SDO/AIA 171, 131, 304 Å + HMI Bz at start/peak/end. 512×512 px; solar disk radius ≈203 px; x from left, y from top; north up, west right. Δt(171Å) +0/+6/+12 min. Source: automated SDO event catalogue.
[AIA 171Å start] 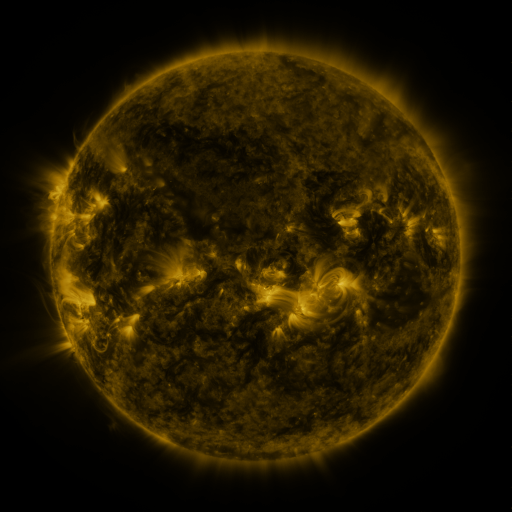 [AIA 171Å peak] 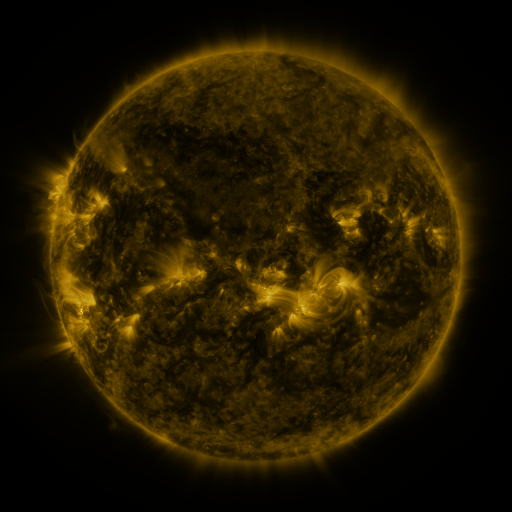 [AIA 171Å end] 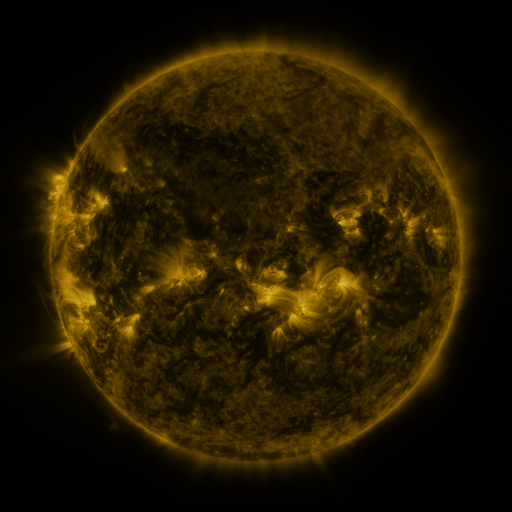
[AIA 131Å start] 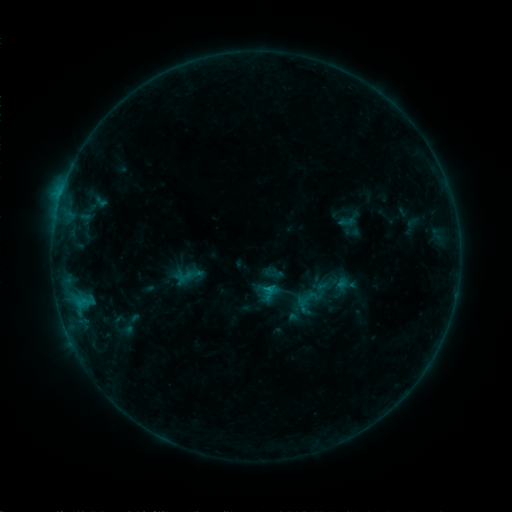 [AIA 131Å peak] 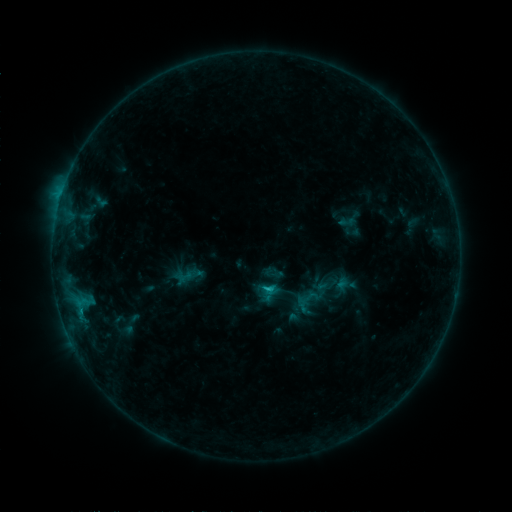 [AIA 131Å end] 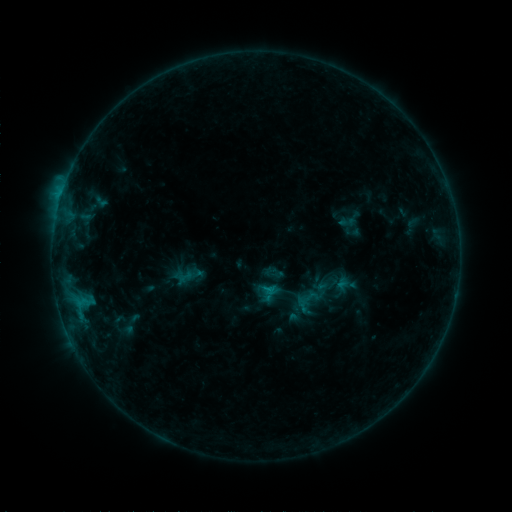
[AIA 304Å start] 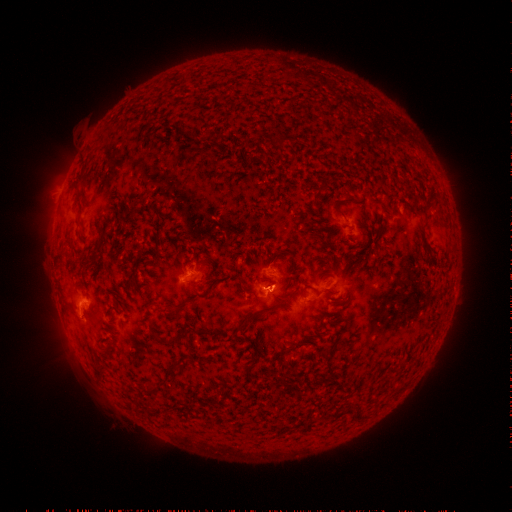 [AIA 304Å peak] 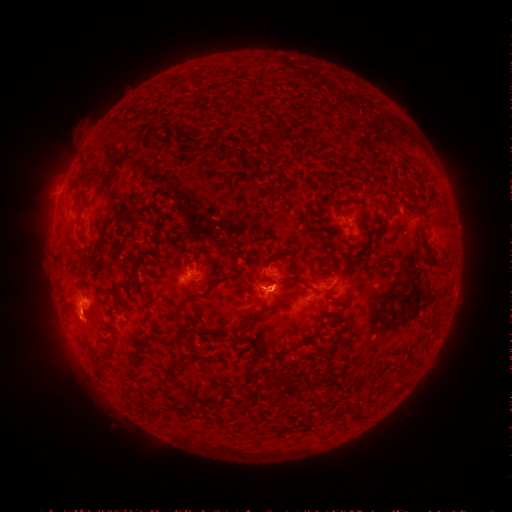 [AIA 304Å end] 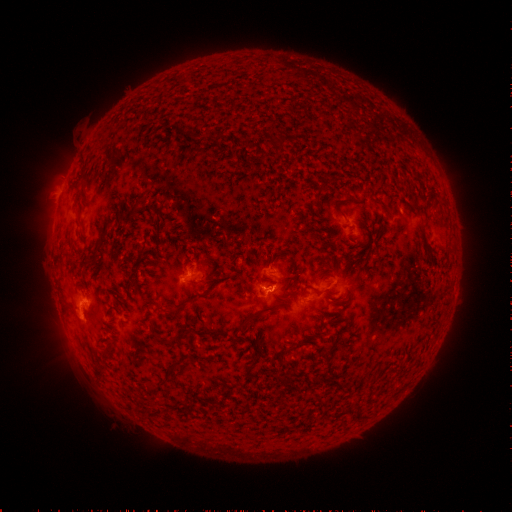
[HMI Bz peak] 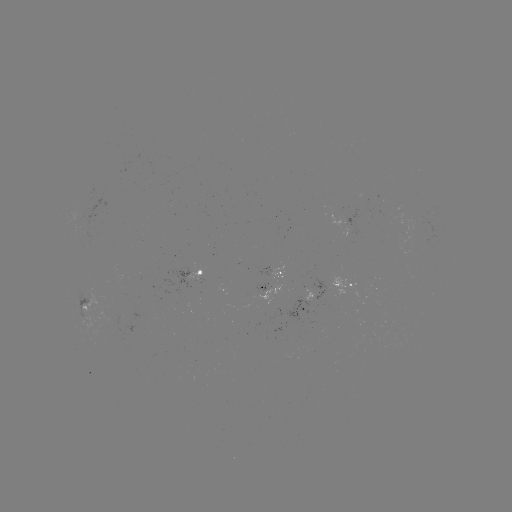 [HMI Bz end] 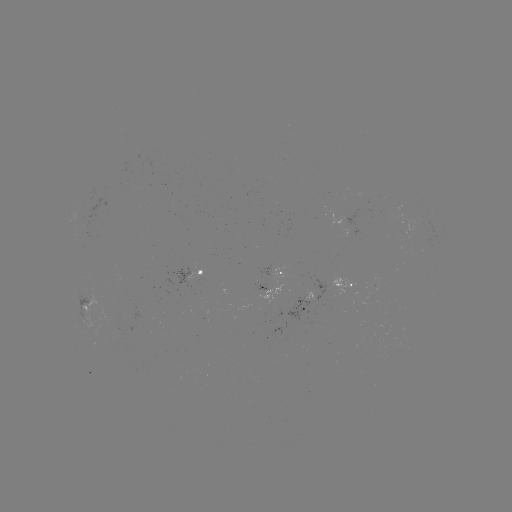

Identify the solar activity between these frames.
B8.8 flare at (266, 286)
